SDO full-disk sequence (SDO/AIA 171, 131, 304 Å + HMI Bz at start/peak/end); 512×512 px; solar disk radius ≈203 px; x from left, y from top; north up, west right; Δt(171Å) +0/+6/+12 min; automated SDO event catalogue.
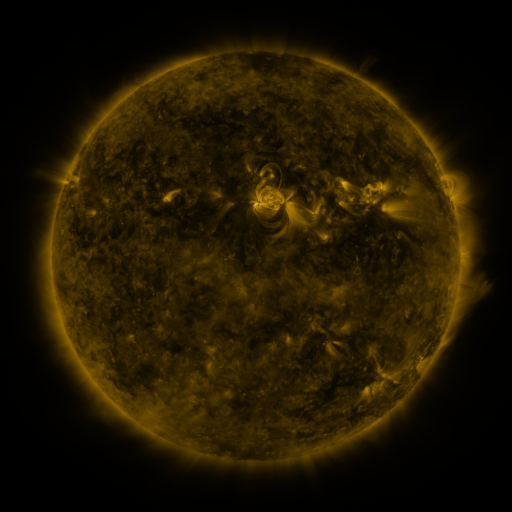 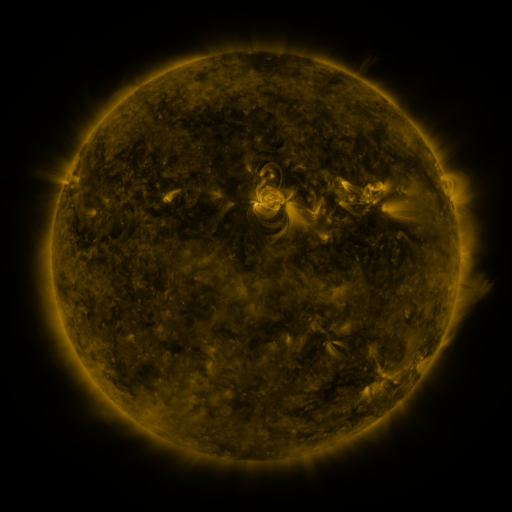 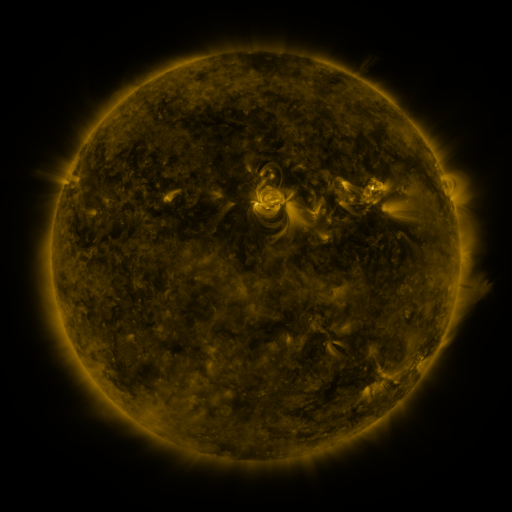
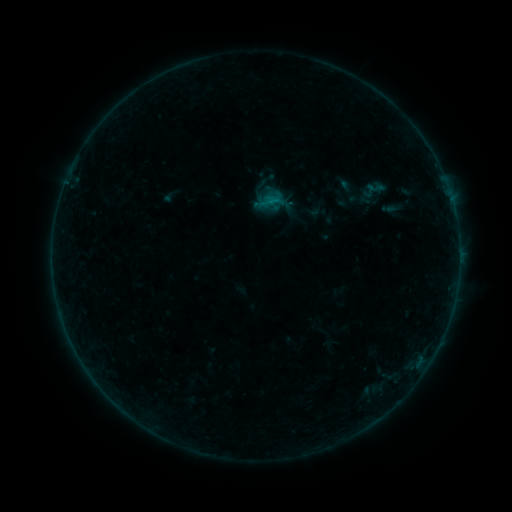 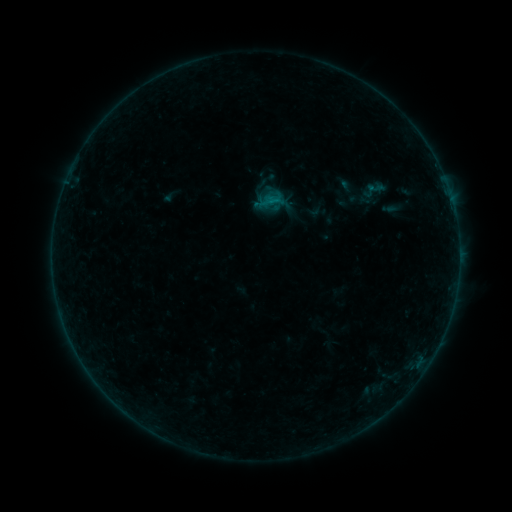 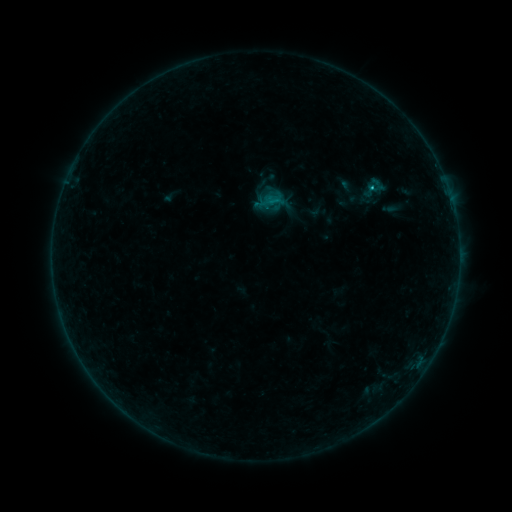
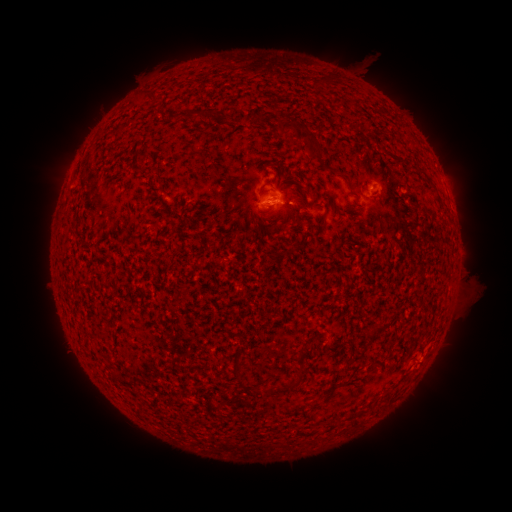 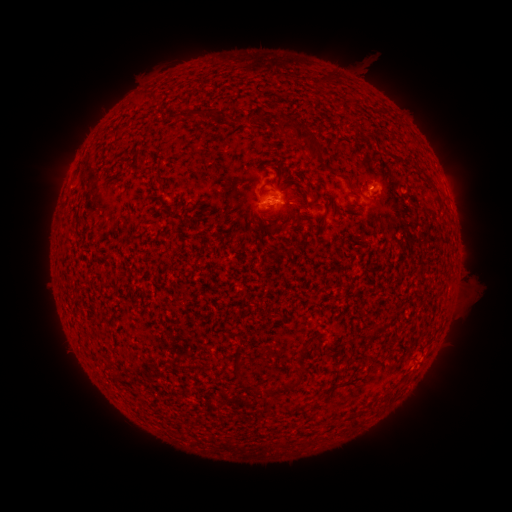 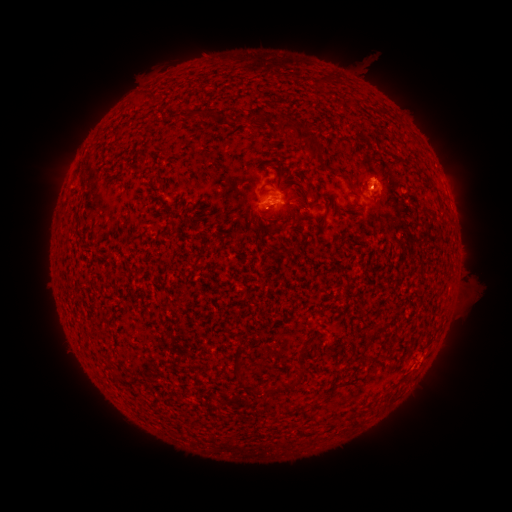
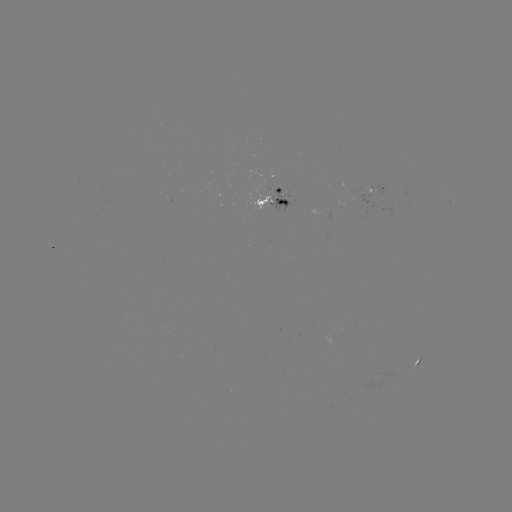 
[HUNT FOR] B6.0 flare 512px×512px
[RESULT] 369,192